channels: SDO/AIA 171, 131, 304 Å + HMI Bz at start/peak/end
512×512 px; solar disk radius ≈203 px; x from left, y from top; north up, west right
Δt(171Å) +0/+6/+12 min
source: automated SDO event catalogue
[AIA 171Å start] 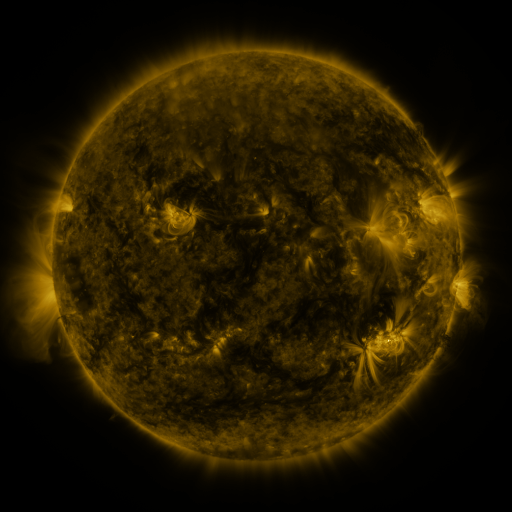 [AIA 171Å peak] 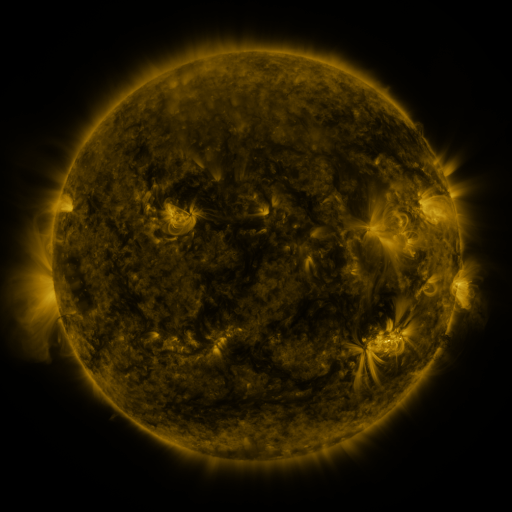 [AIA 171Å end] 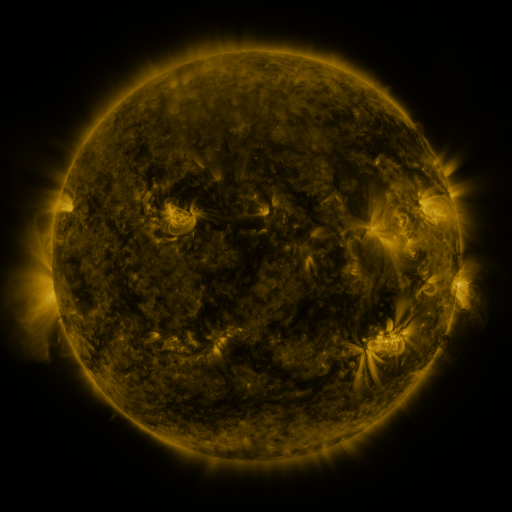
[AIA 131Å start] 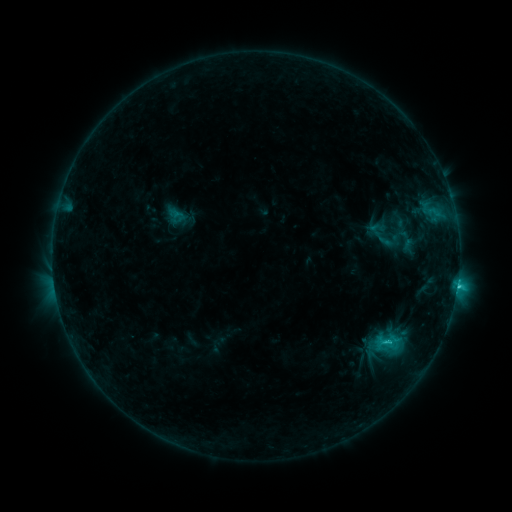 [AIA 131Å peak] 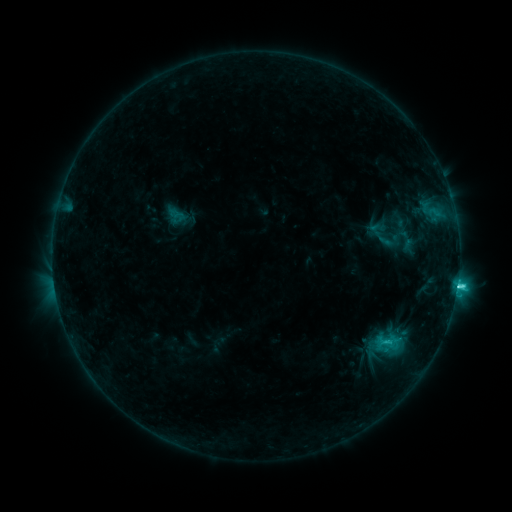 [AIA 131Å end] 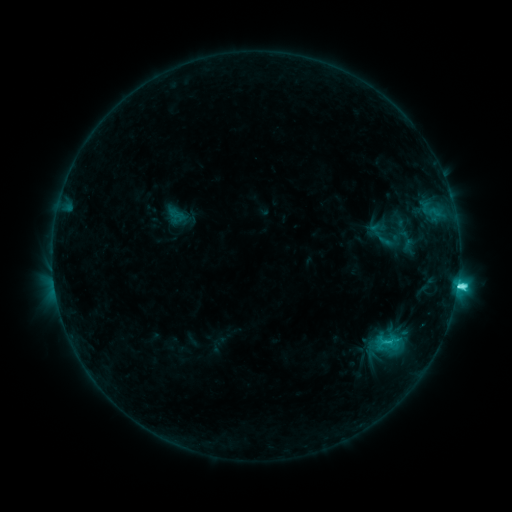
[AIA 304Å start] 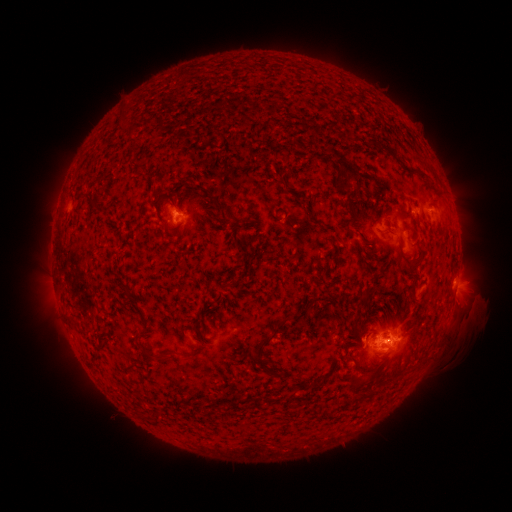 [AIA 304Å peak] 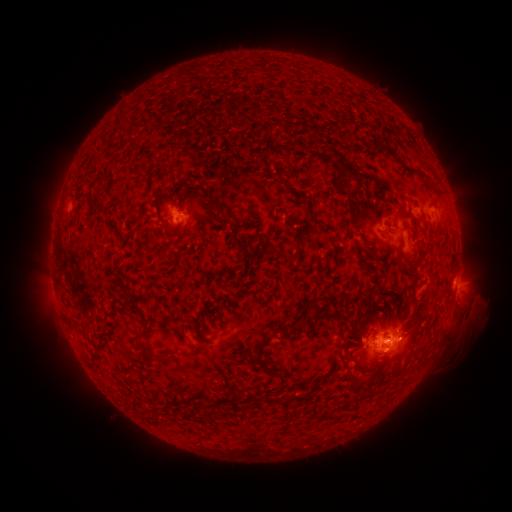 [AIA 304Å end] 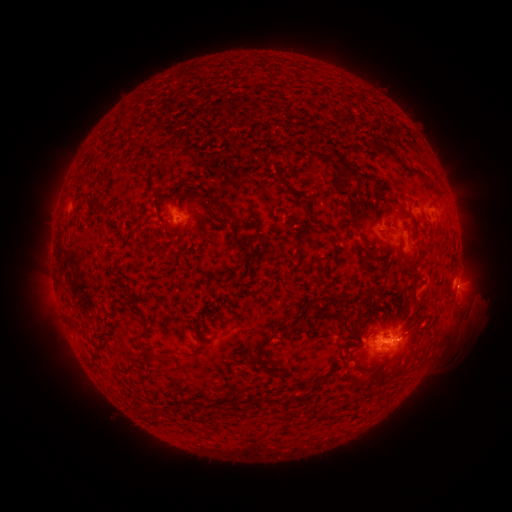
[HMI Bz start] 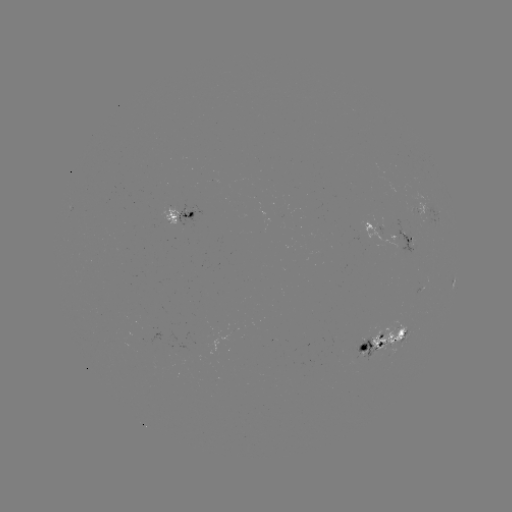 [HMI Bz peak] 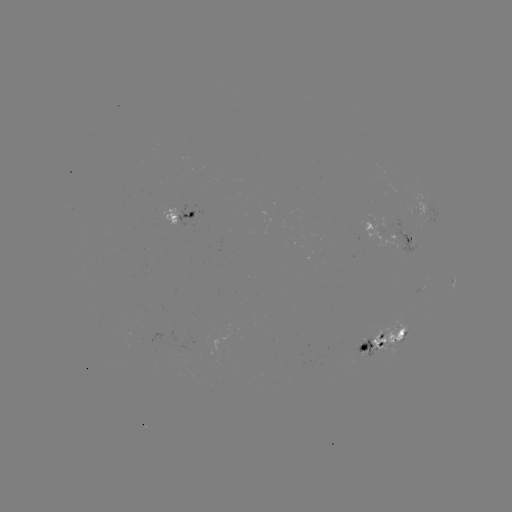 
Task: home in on C5.0 flare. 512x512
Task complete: (387, 338).